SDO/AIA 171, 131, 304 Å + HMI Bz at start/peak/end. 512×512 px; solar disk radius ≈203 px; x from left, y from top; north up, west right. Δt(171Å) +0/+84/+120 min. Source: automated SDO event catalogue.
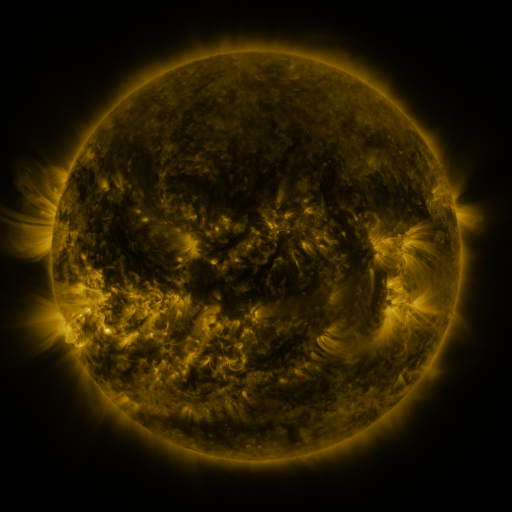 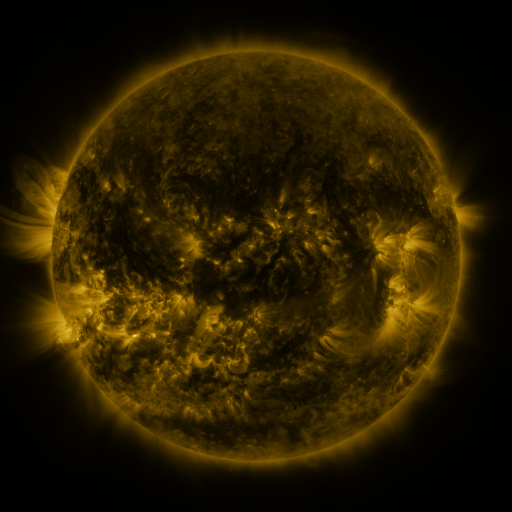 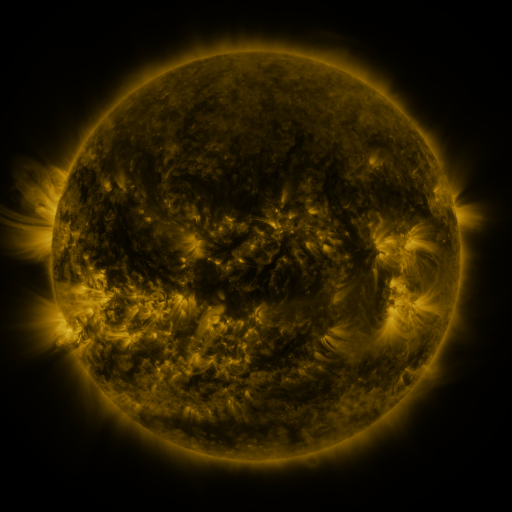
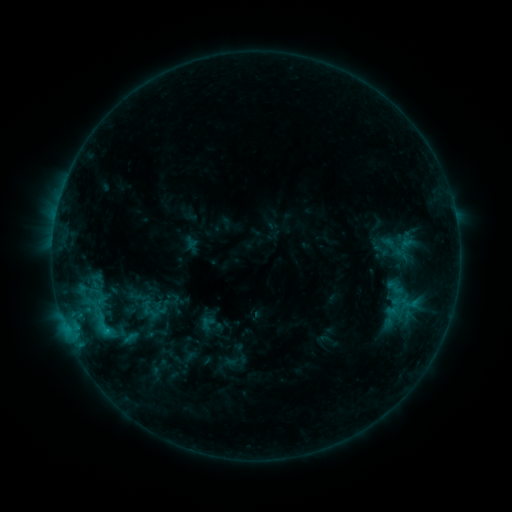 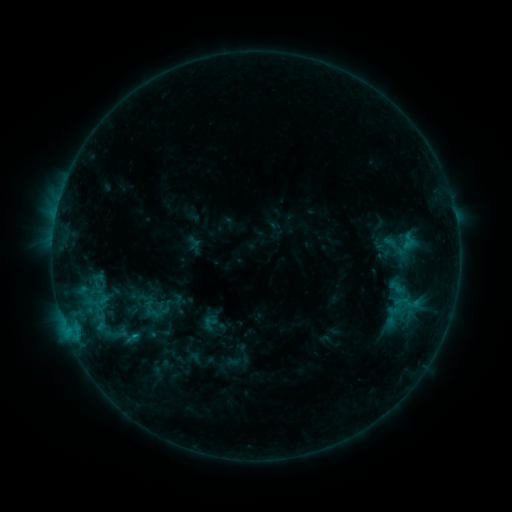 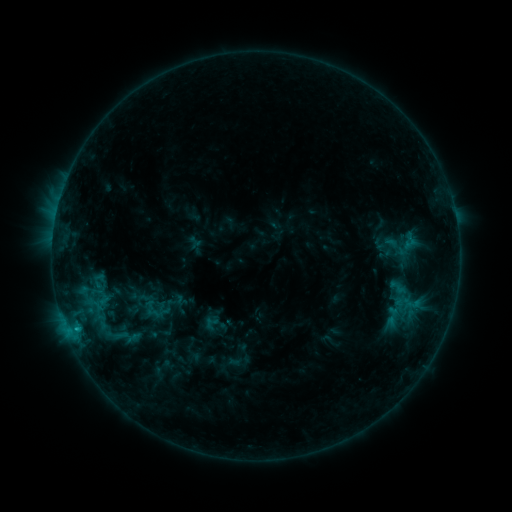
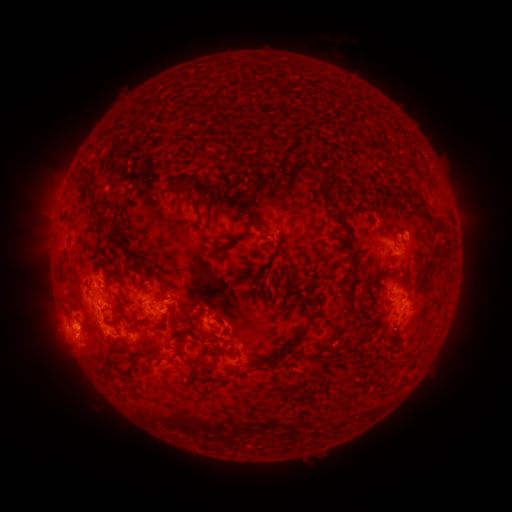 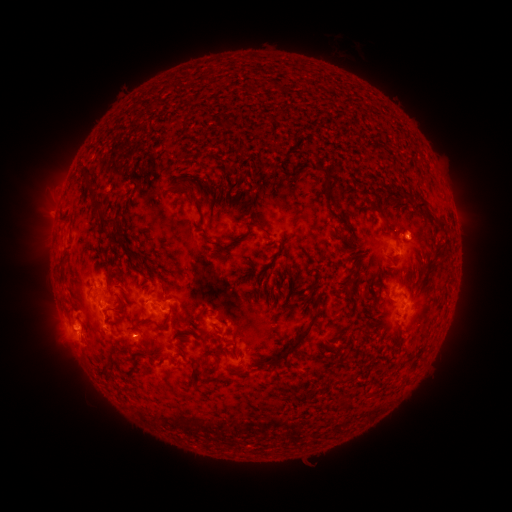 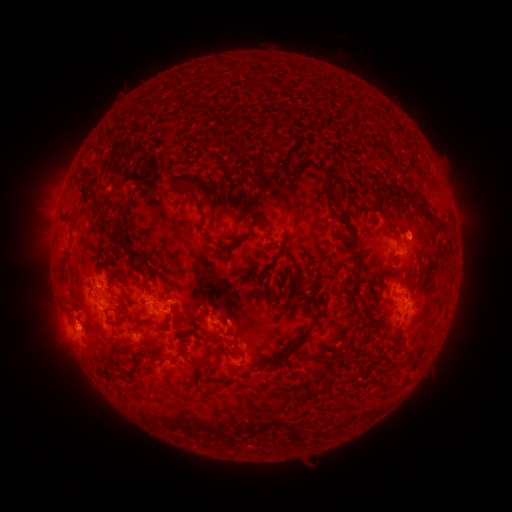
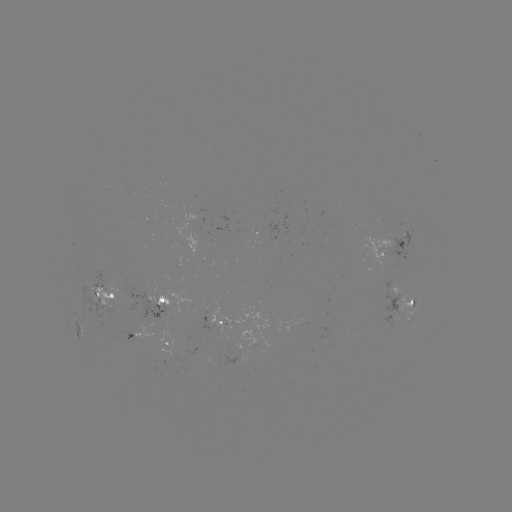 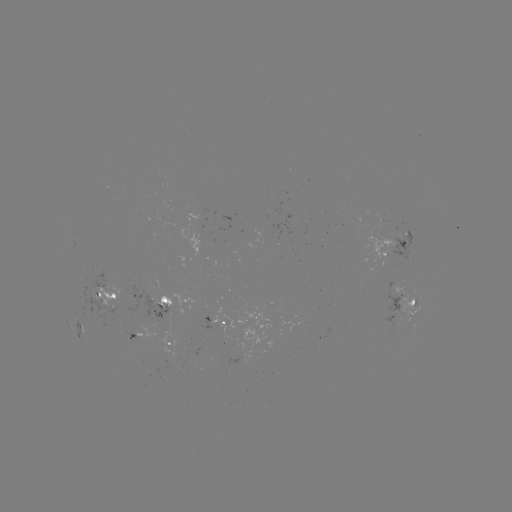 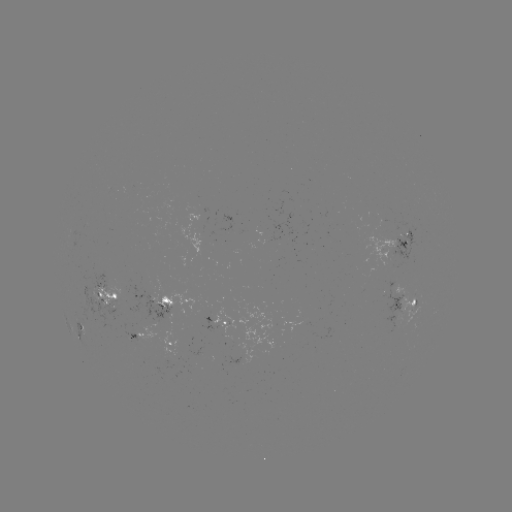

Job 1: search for emerging-flux region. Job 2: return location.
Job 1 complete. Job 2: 262,240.